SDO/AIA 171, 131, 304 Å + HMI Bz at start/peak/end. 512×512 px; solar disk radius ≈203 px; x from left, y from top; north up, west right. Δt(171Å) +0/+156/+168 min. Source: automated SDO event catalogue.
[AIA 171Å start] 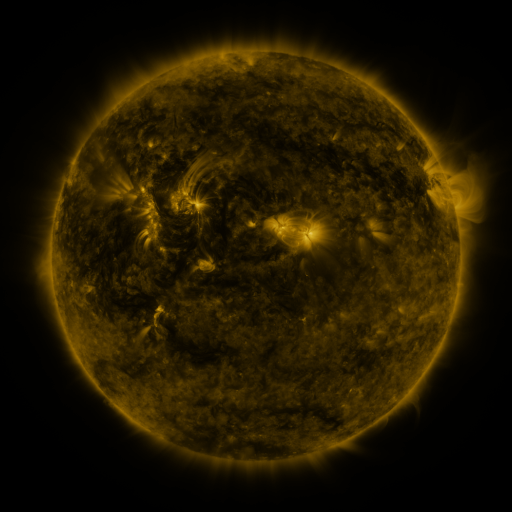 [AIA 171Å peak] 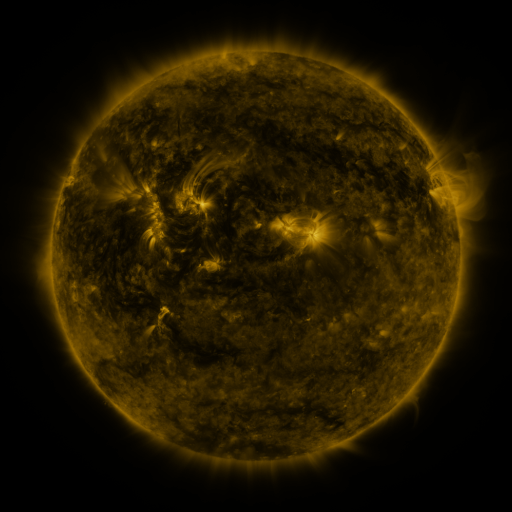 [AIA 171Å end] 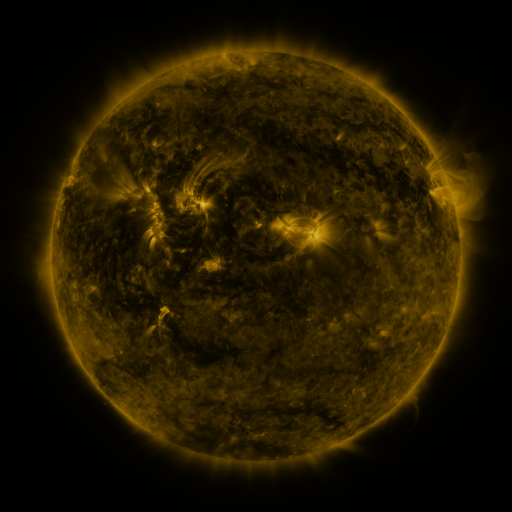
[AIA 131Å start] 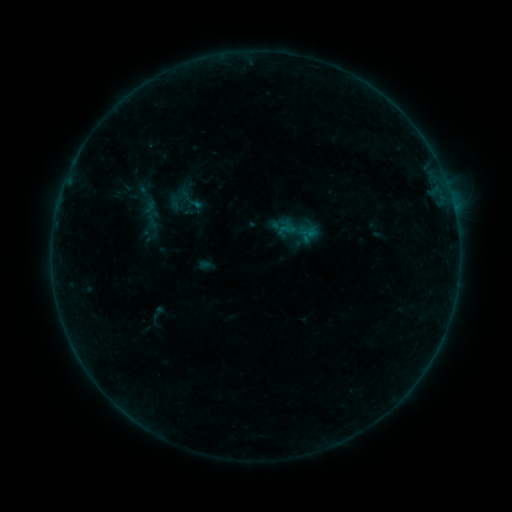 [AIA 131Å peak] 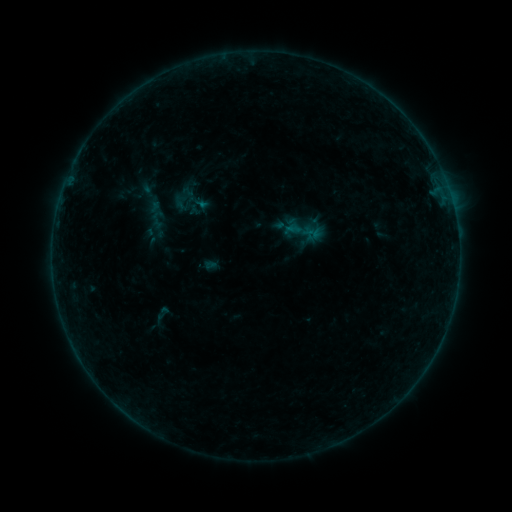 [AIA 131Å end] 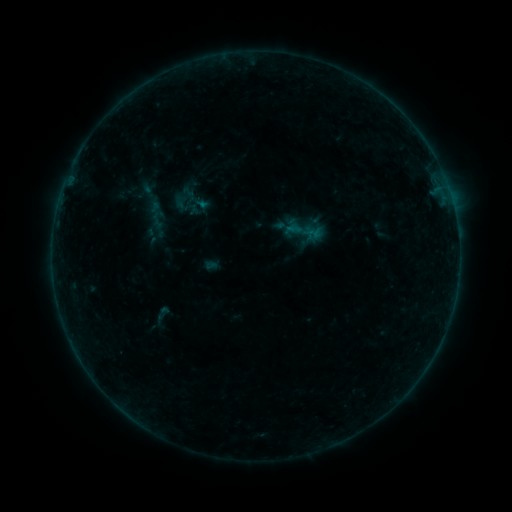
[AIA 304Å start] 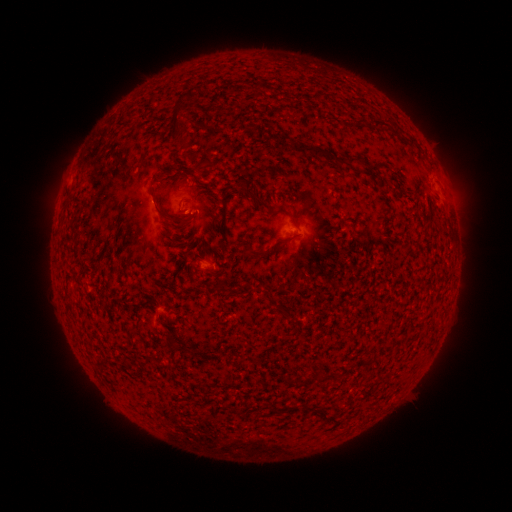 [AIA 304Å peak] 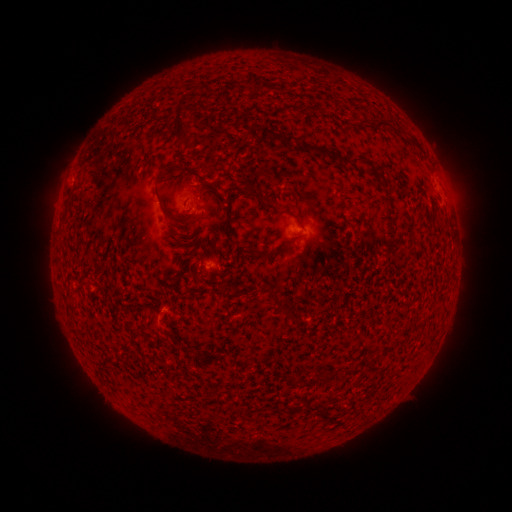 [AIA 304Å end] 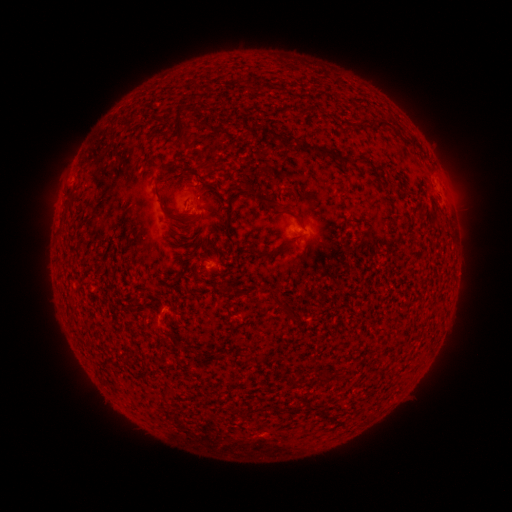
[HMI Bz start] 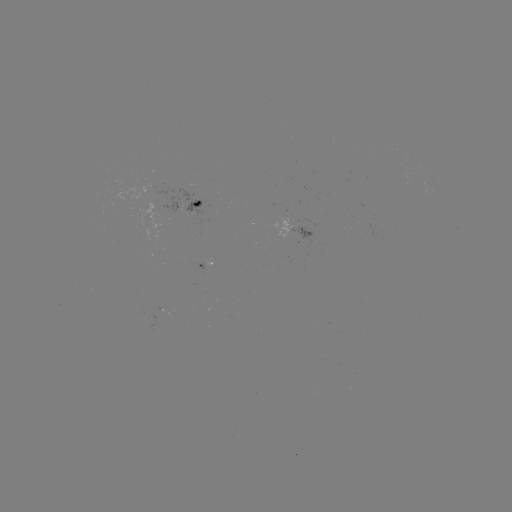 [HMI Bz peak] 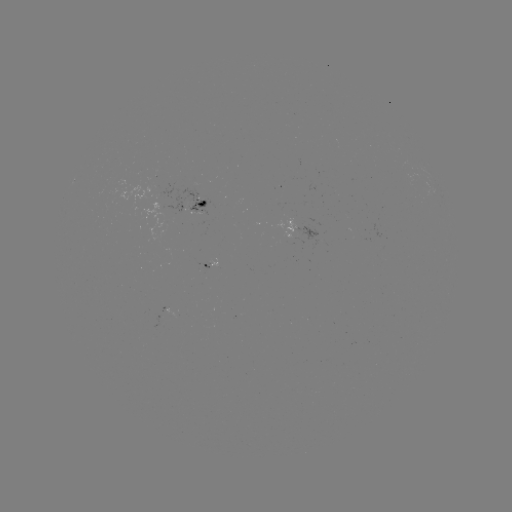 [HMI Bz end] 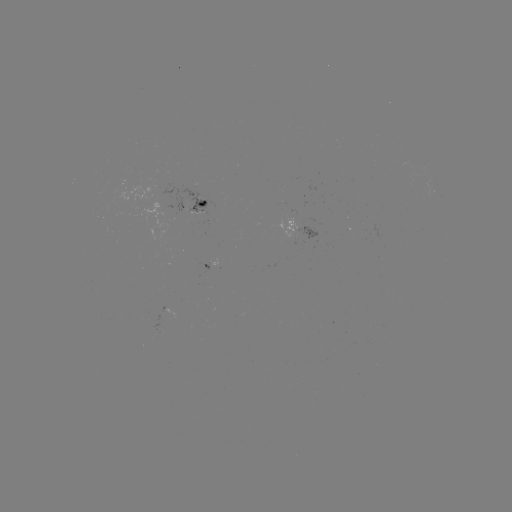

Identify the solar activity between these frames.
emerging-flux region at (194, 214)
